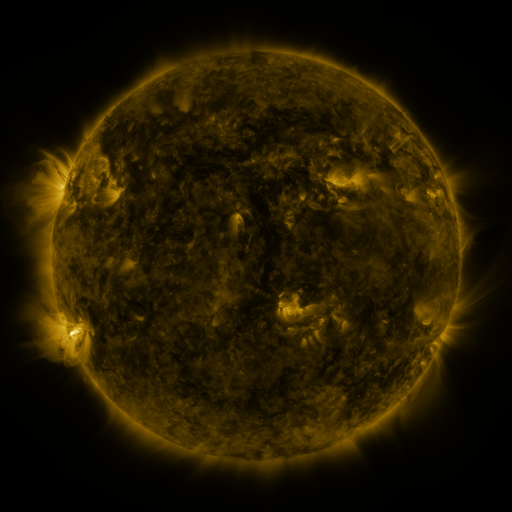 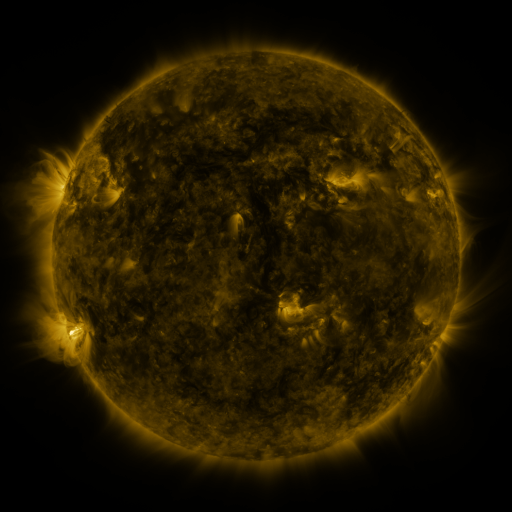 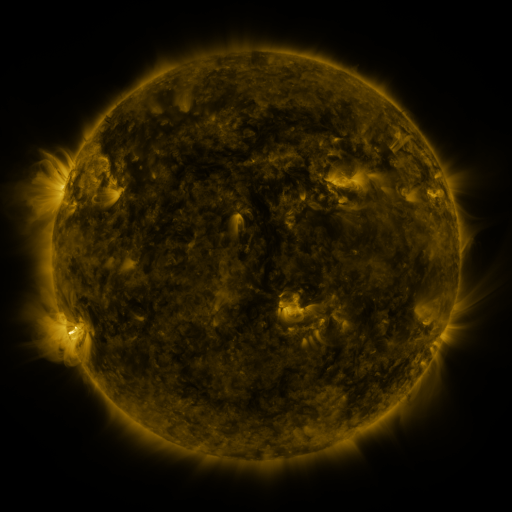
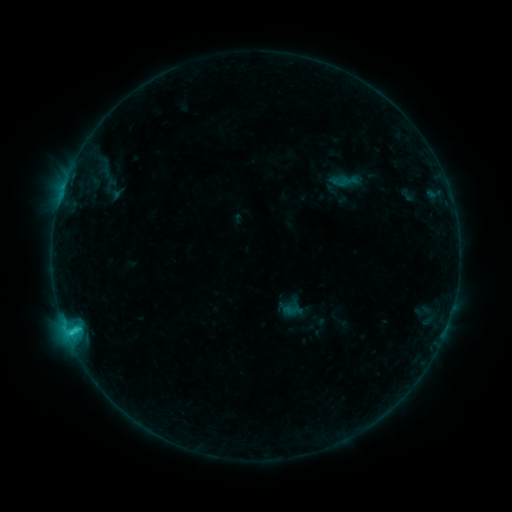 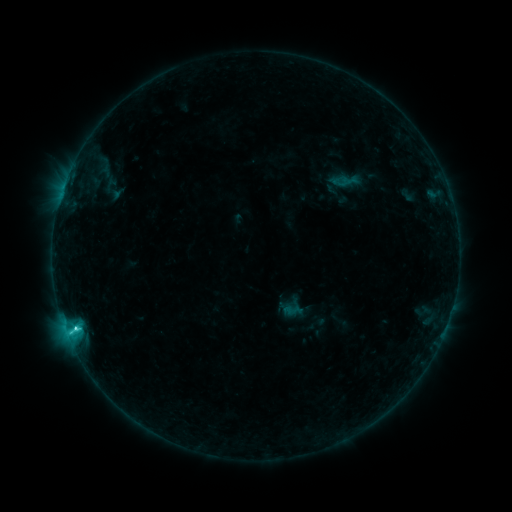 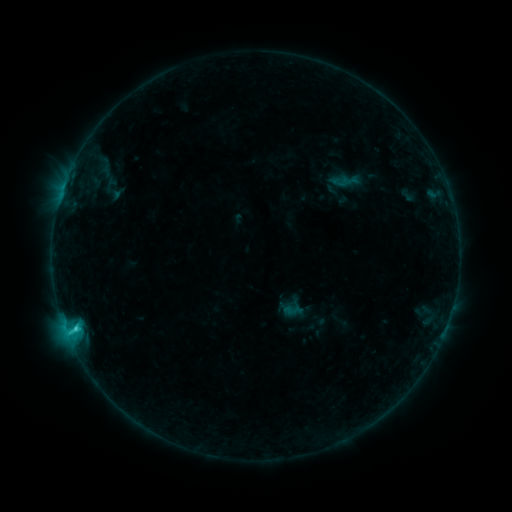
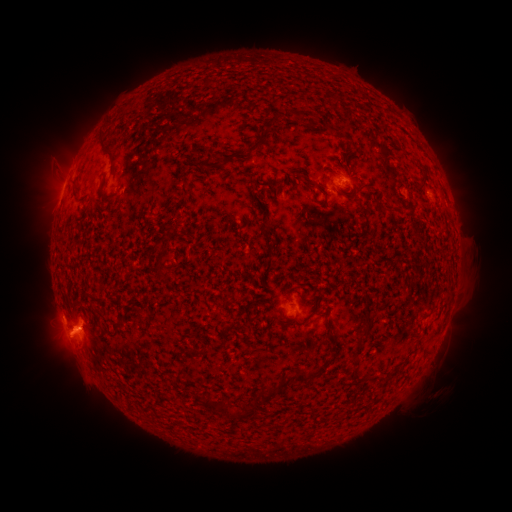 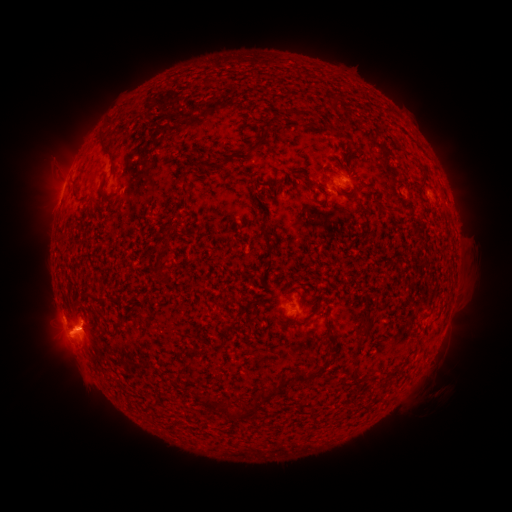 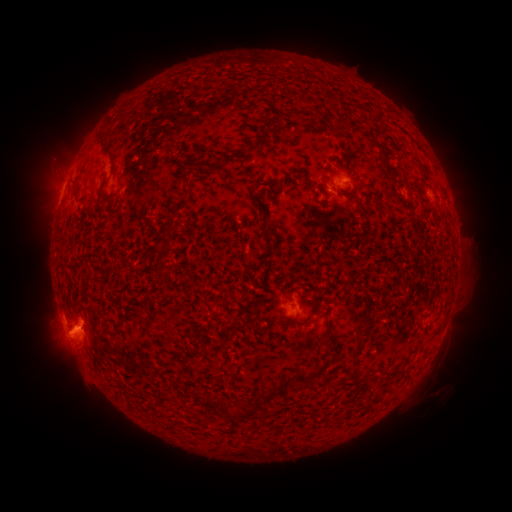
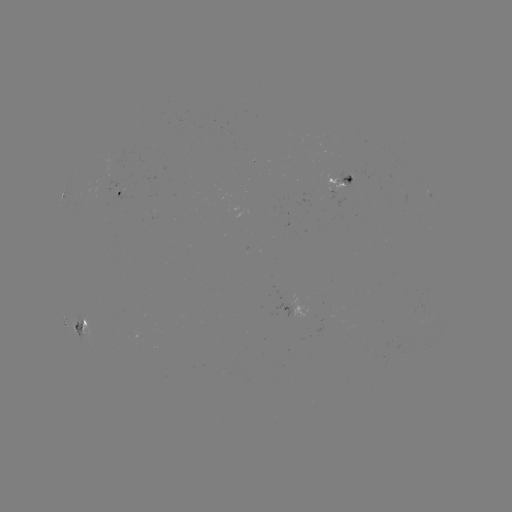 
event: flare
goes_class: C2.4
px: (77, 327)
